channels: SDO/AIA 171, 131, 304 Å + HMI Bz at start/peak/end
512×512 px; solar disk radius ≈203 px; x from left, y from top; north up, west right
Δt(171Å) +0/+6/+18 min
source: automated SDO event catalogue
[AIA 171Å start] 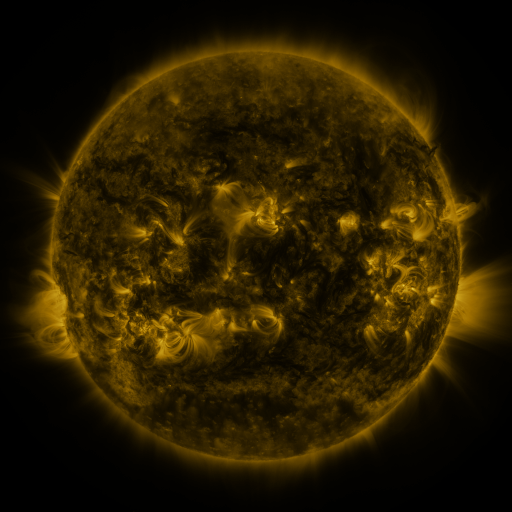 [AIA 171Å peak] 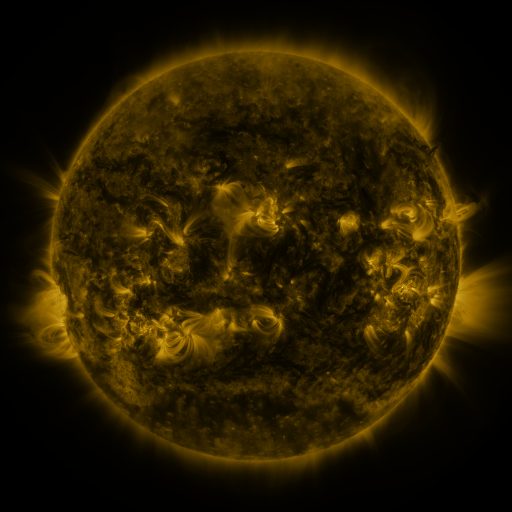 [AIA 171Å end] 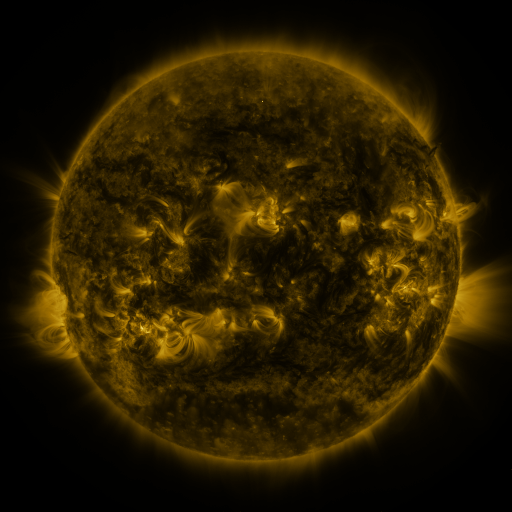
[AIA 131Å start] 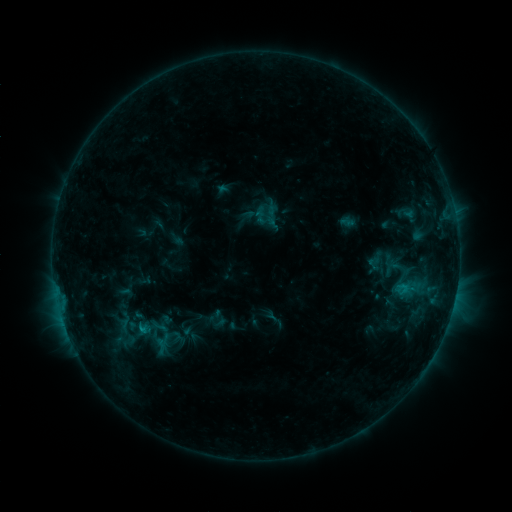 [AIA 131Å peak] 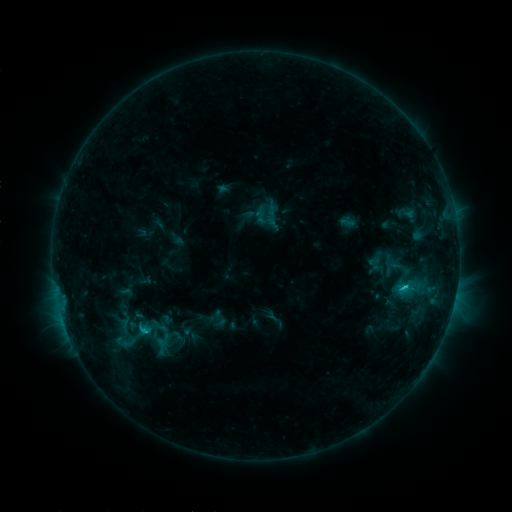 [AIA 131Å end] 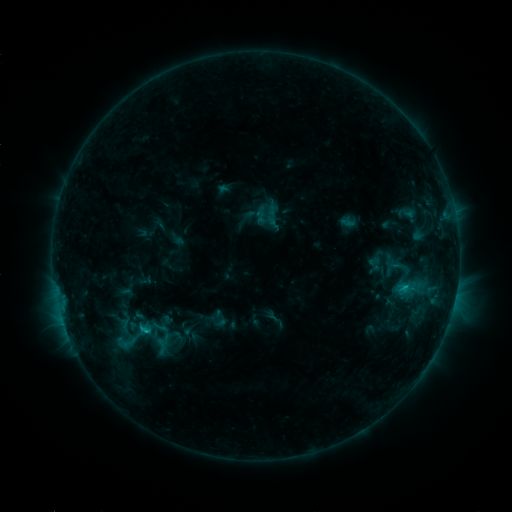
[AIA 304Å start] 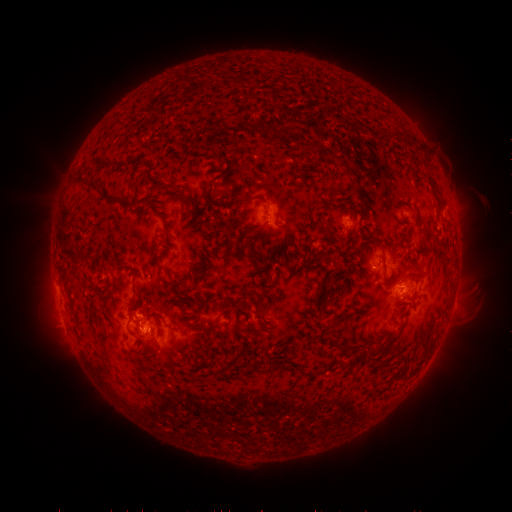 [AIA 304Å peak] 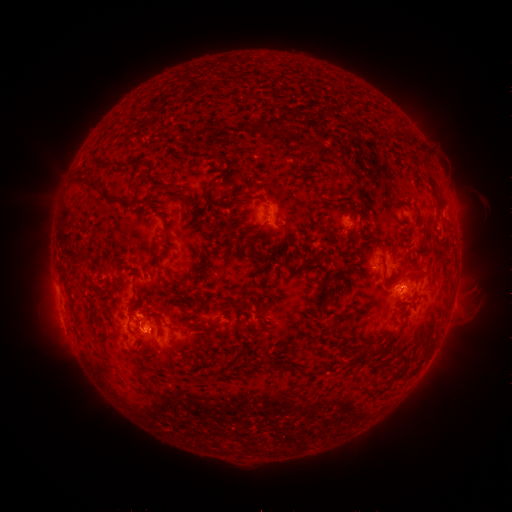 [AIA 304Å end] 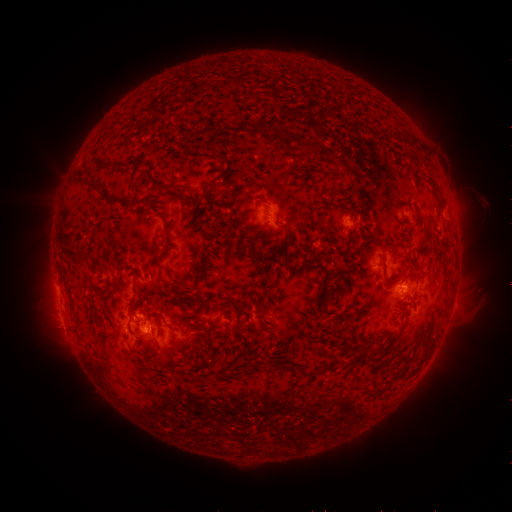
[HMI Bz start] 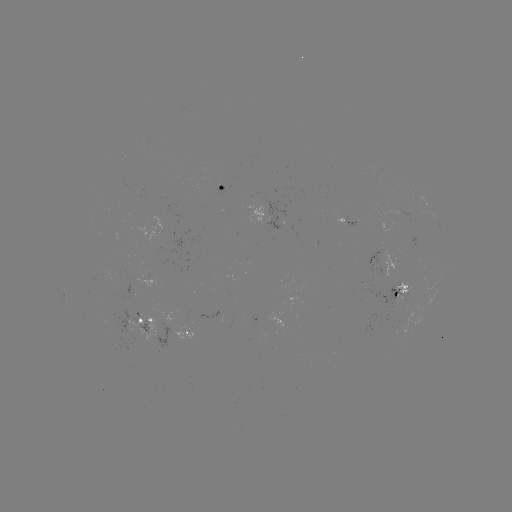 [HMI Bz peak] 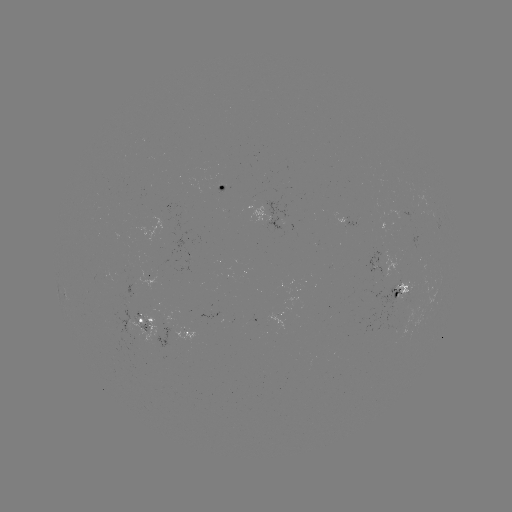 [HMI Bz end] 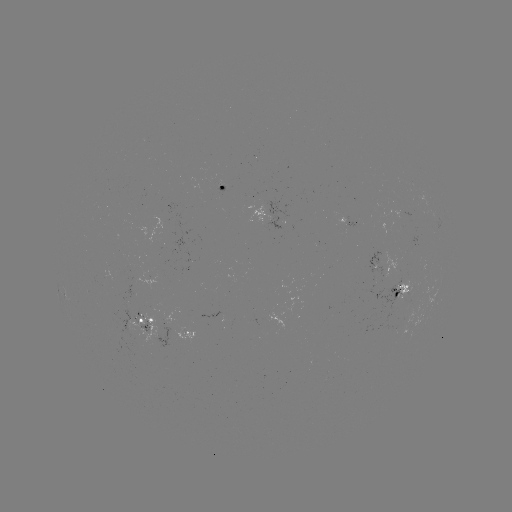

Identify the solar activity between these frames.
C1.6 flare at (405, 285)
